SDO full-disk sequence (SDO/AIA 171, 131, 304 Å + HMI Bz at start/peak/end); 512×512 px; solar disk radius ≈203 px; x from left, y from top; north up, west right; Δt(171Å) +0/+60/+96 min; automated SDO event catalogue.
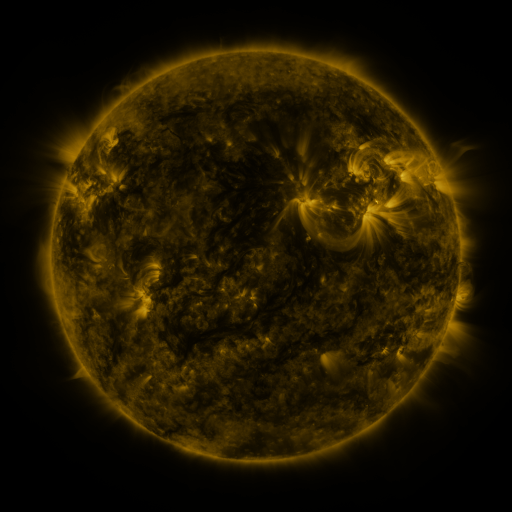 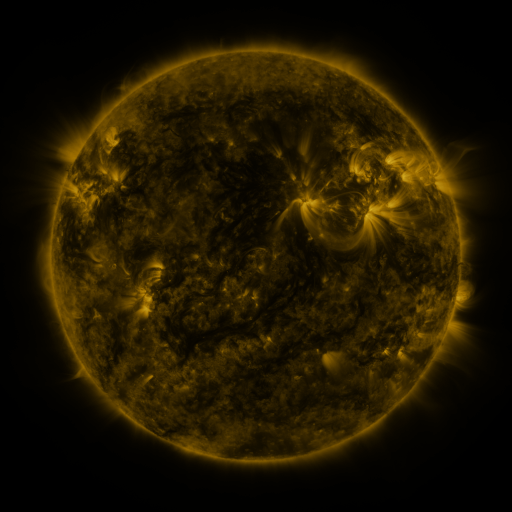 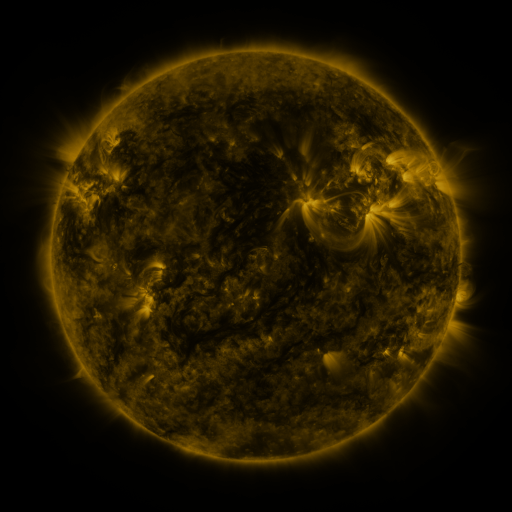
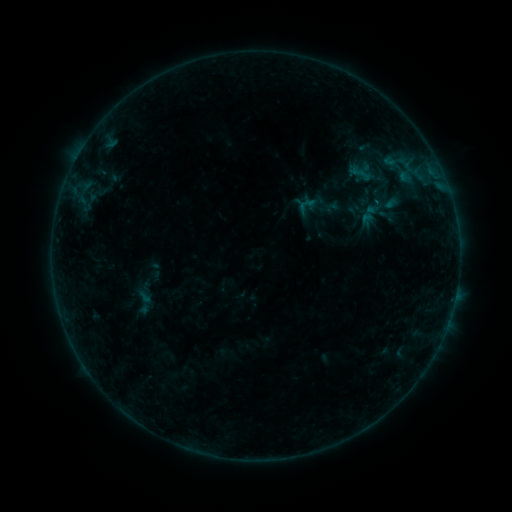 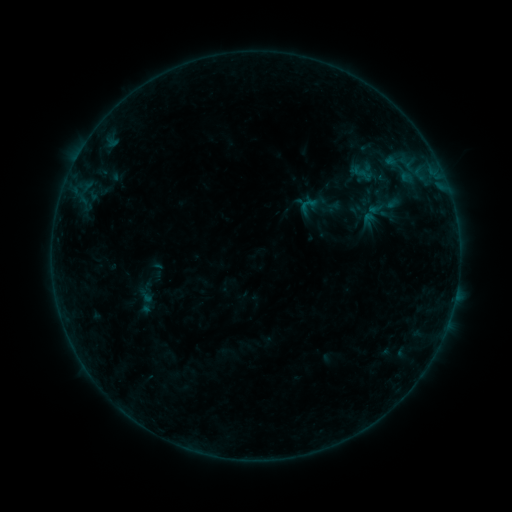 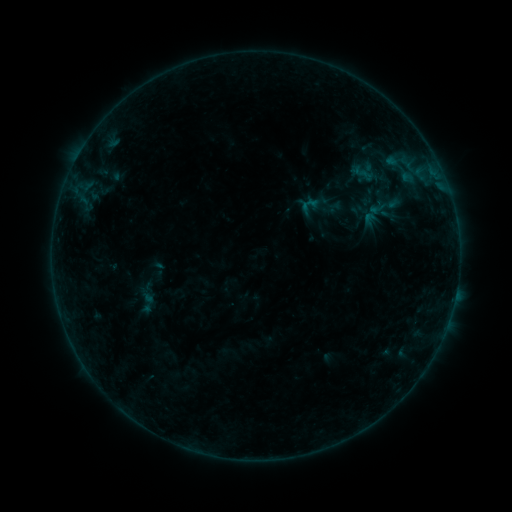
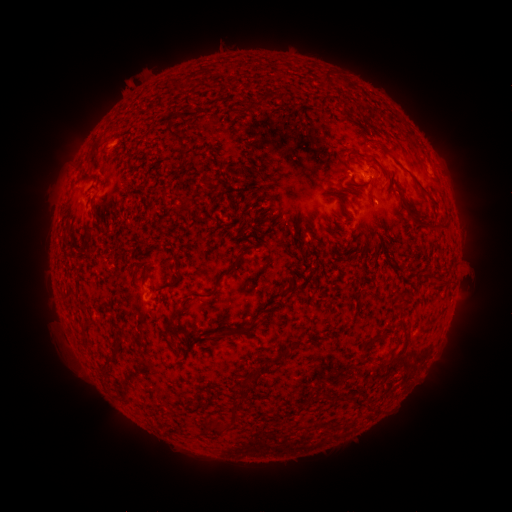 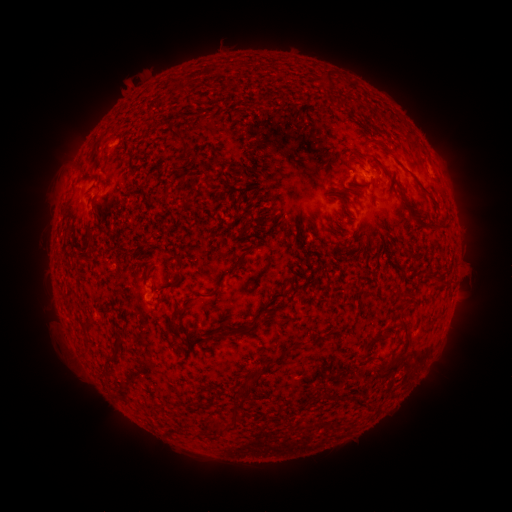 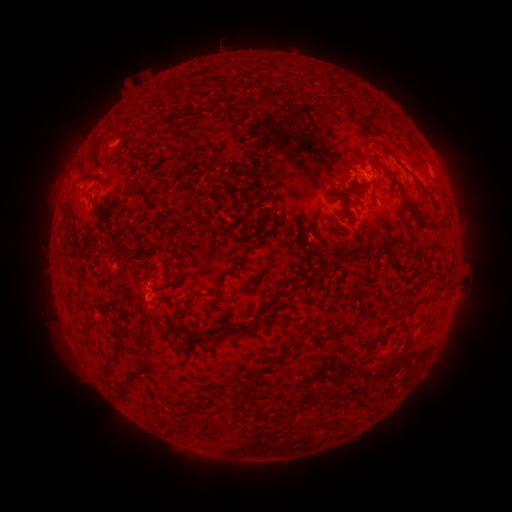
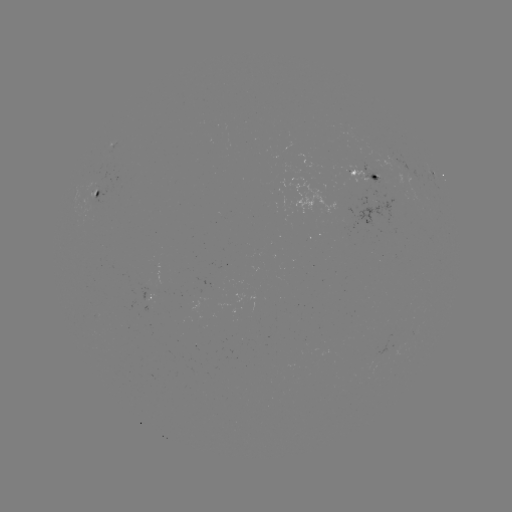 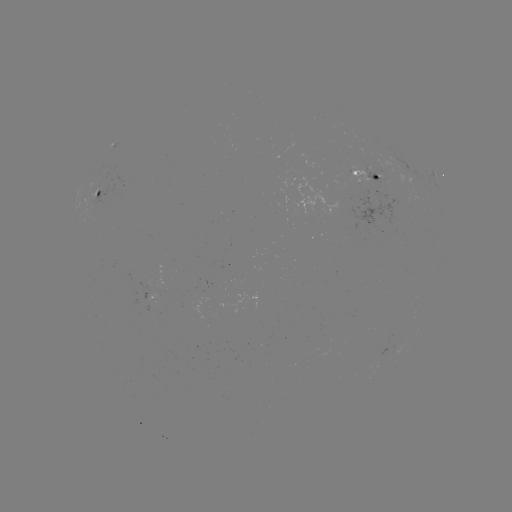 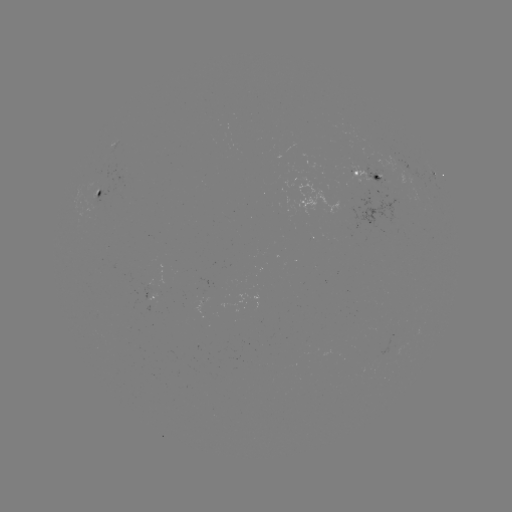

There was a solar emerging-flux region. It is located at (379, 174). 